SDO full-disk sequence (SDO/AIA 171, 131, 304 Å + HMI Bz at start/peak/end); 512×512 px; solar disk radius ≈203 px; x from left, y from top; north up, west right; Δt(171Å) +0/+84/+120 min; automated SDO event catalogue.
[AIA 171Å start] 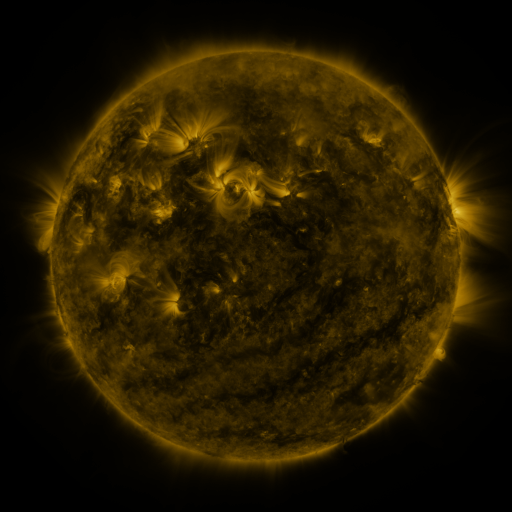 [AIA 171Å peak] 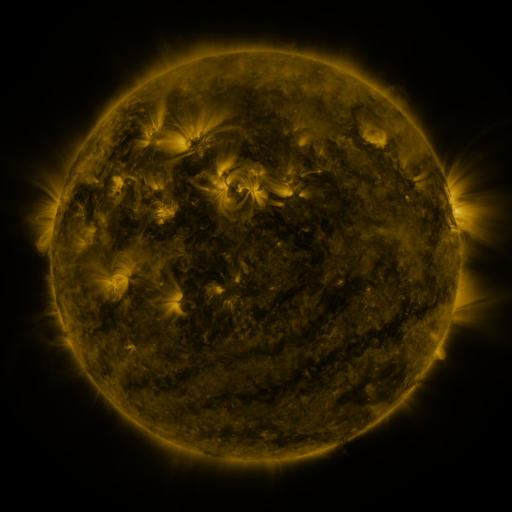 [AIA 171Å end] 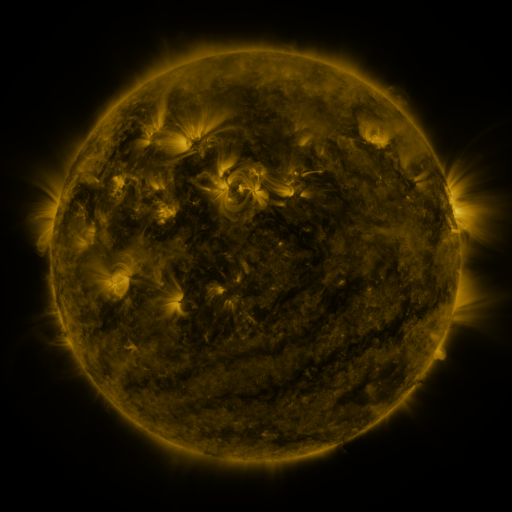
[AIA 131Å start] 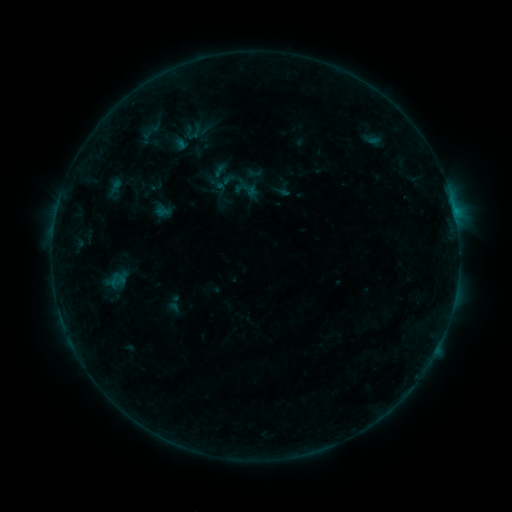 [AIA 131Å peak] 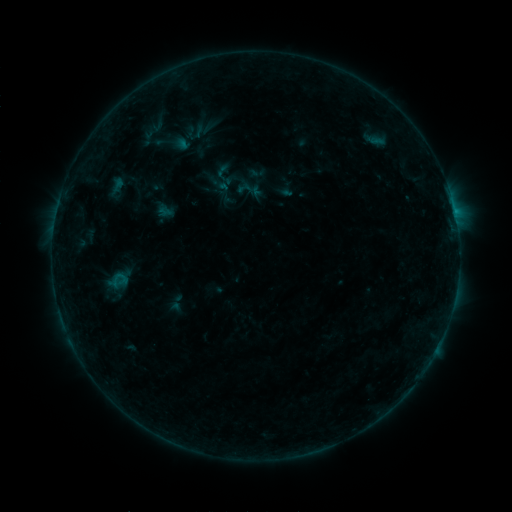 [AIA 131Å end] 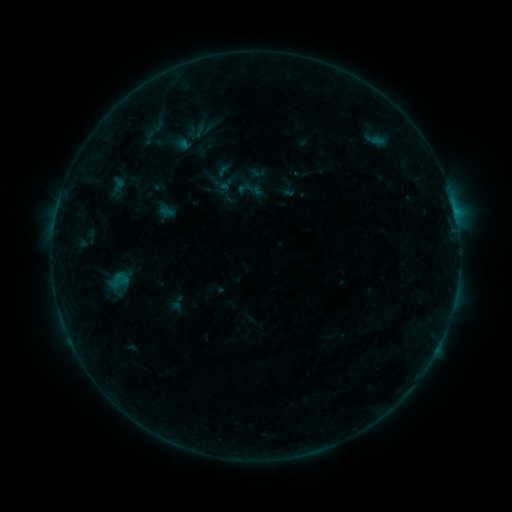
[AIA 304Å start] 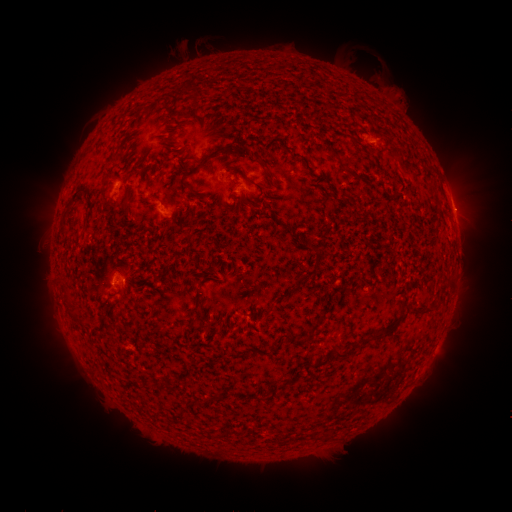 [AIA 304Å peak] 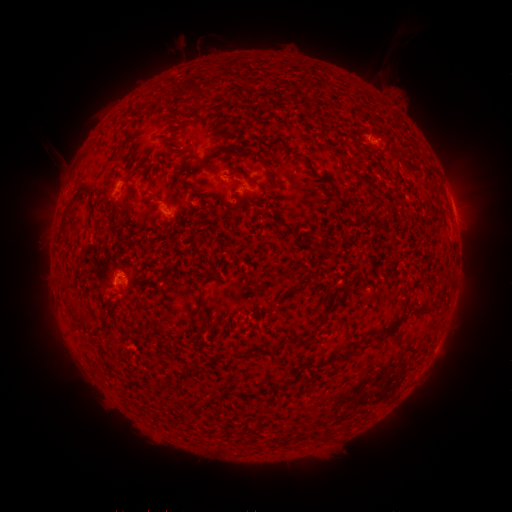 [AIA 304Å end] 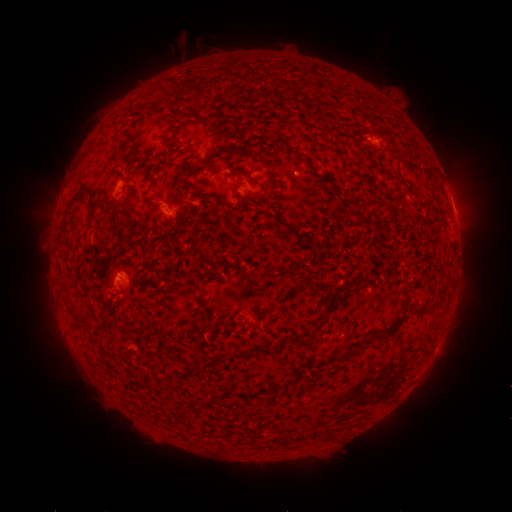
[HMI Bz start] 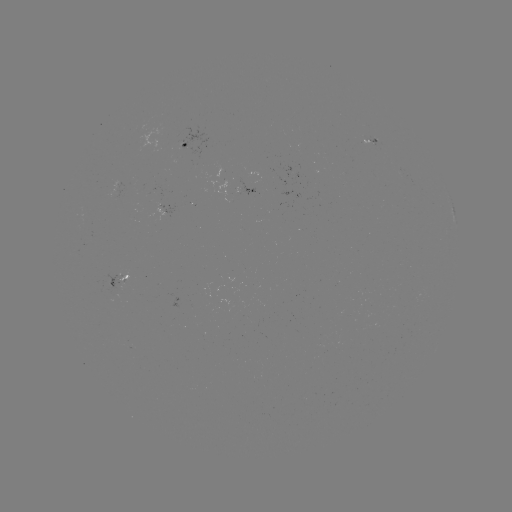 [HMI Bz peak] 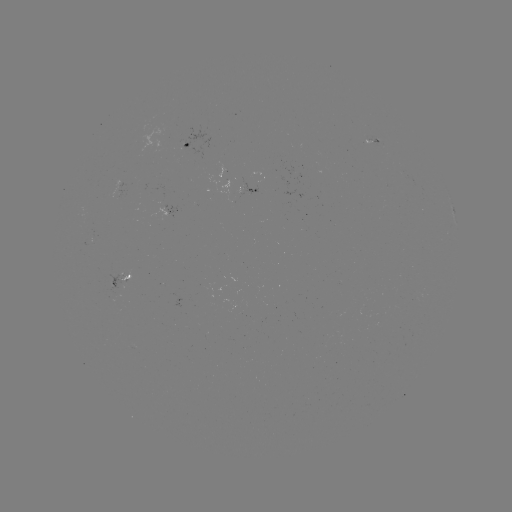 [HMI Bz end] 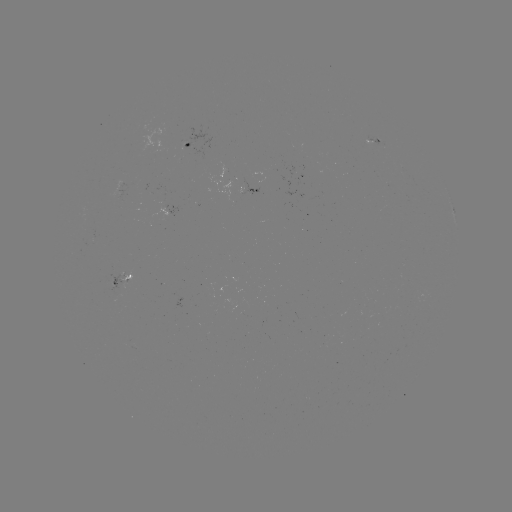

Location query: emerging-flux region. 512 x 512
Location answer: [367, 140].